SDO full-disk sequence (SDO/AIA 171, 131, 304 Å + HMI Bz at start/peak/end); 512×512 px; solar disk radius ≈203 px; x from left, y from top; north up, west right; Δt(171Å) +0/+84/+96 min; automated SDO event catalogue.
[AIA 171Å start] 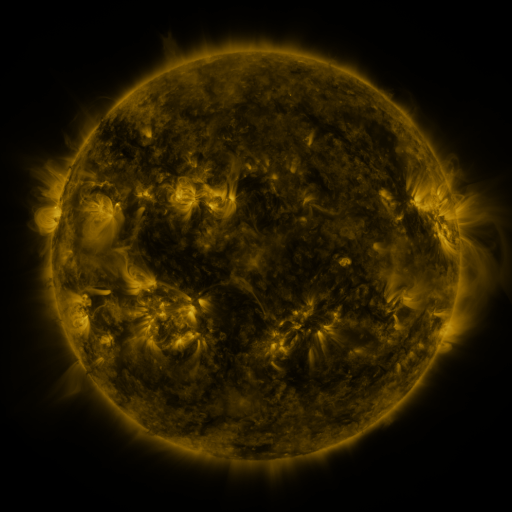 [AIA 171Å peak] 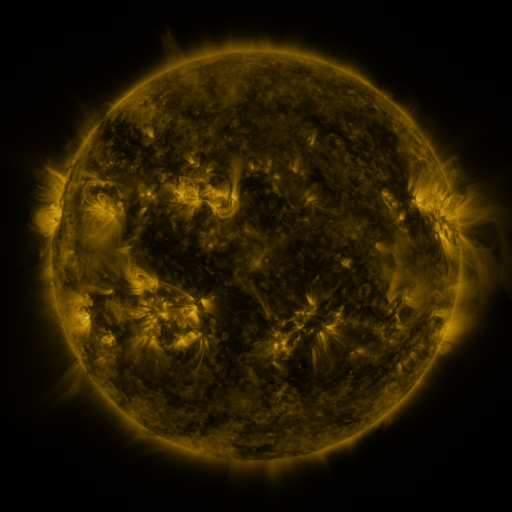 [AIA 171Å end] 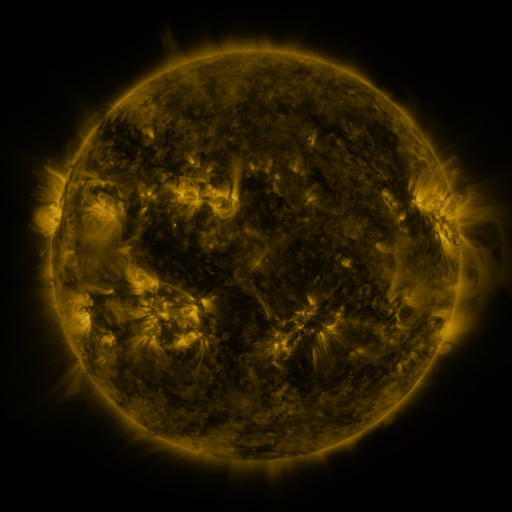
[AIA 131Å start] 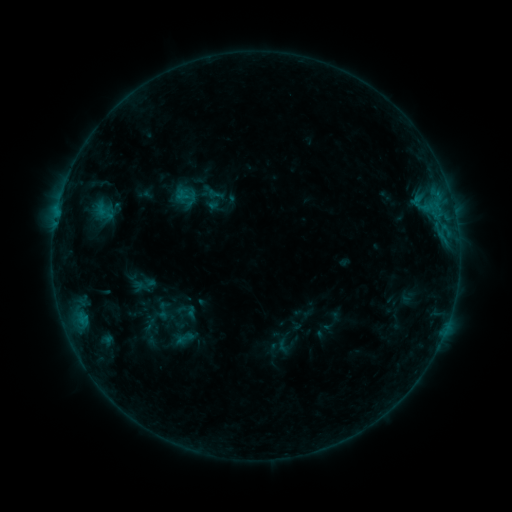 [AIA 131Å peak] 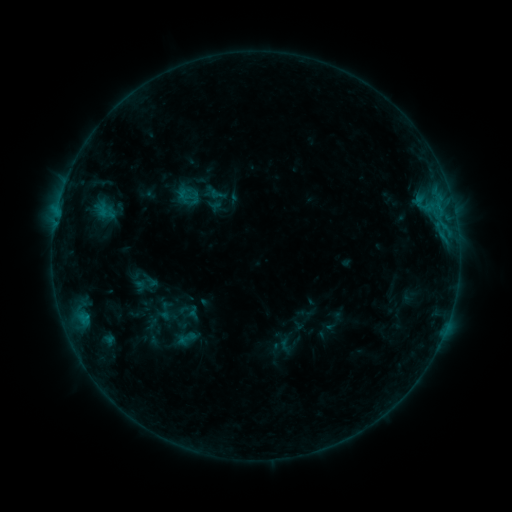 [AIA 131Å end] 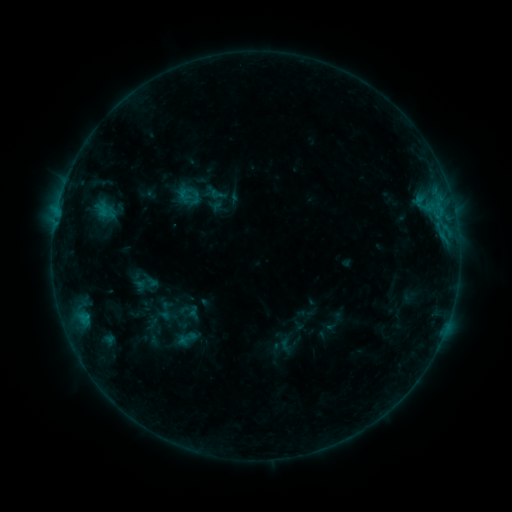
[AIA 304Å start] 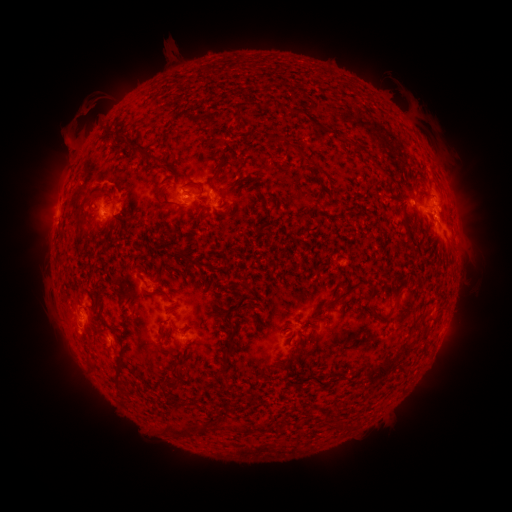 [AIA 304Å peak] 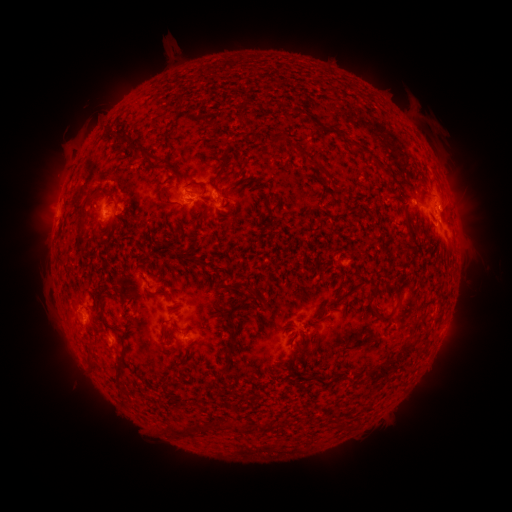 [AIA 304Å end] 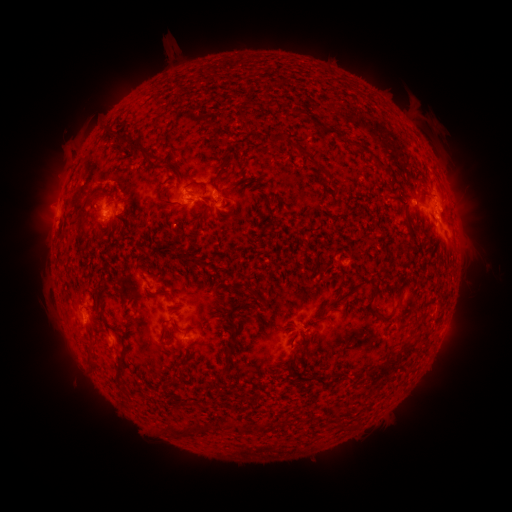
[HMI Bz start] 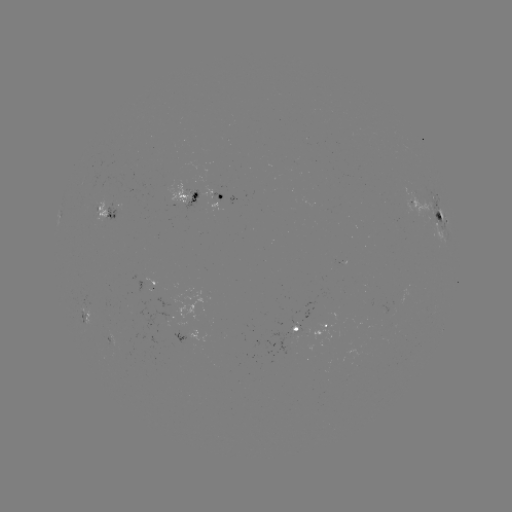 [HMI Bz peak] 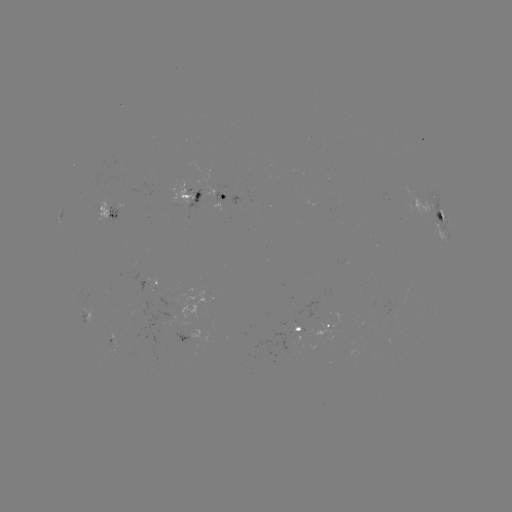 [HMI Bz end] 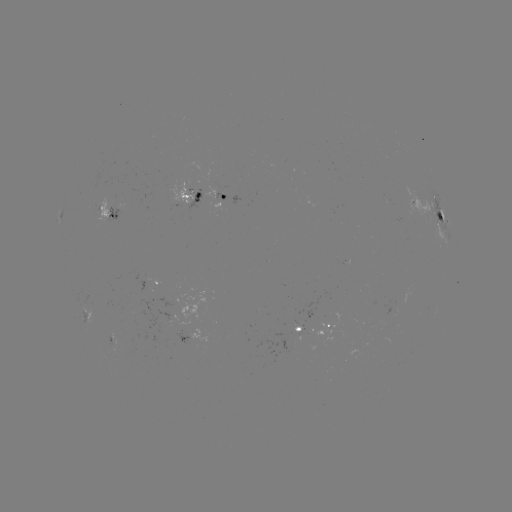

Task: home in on emerging-flux region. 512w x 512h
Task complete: [93, 208].